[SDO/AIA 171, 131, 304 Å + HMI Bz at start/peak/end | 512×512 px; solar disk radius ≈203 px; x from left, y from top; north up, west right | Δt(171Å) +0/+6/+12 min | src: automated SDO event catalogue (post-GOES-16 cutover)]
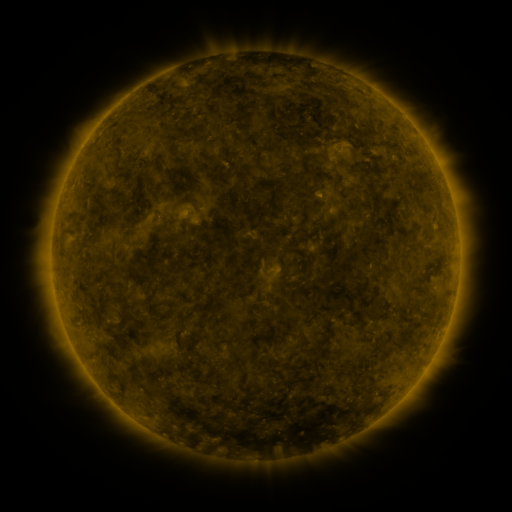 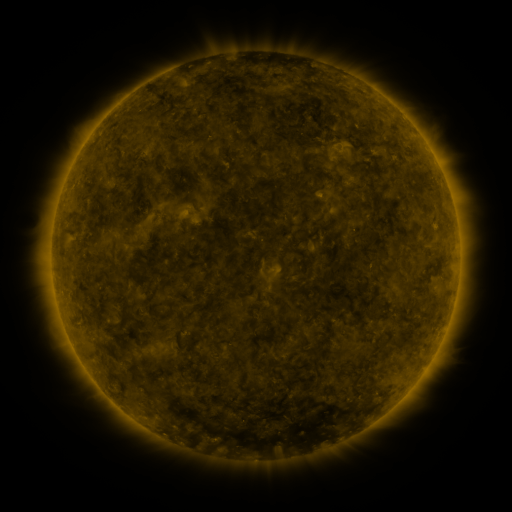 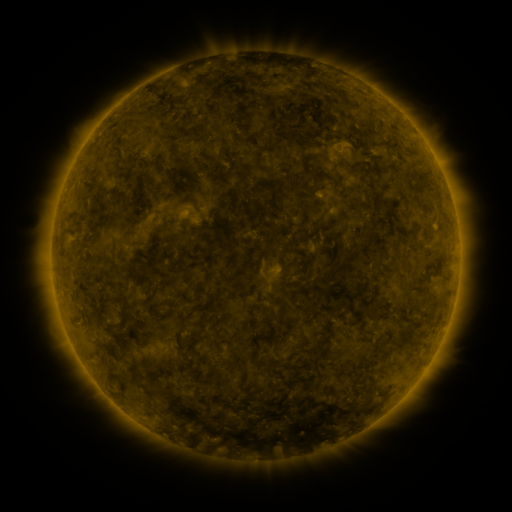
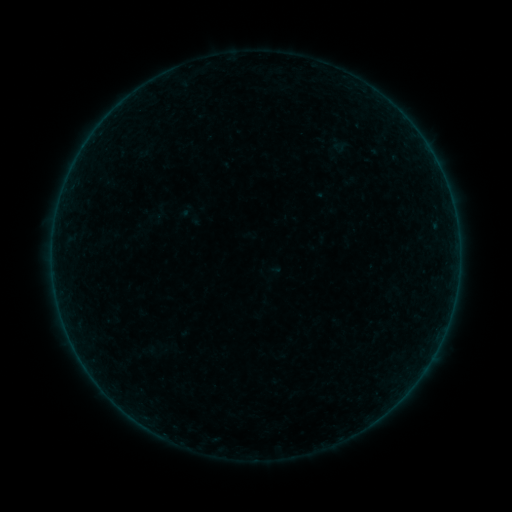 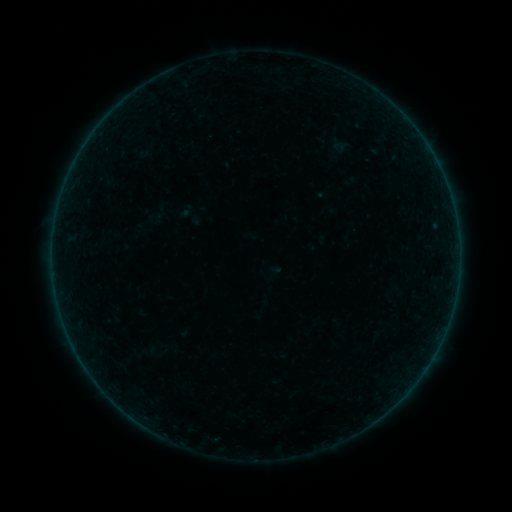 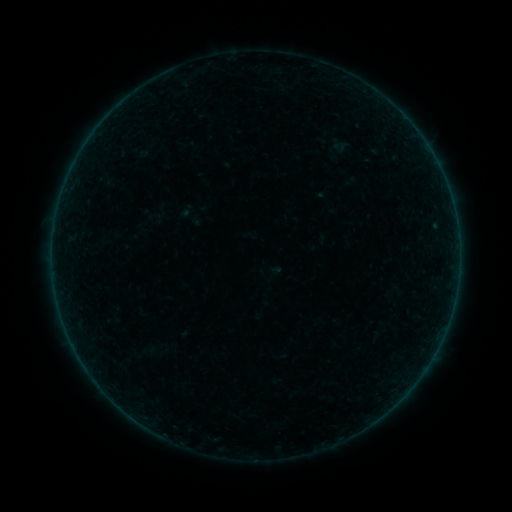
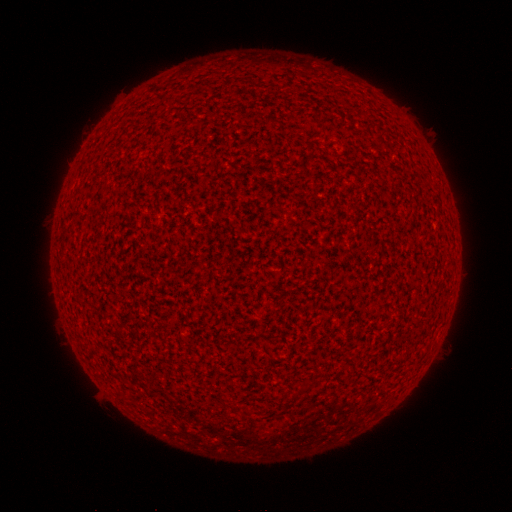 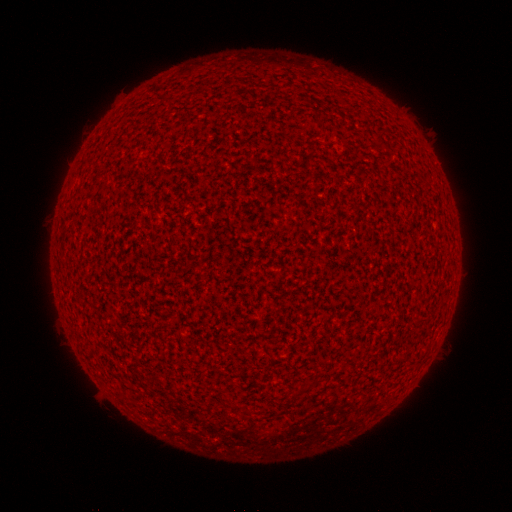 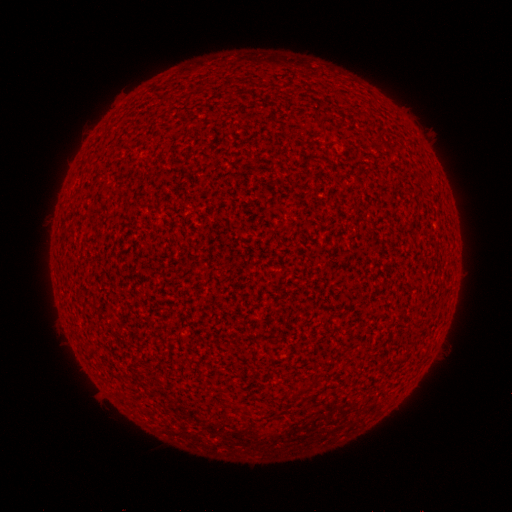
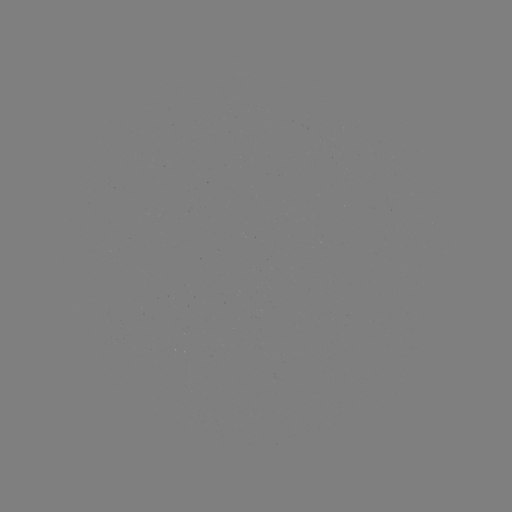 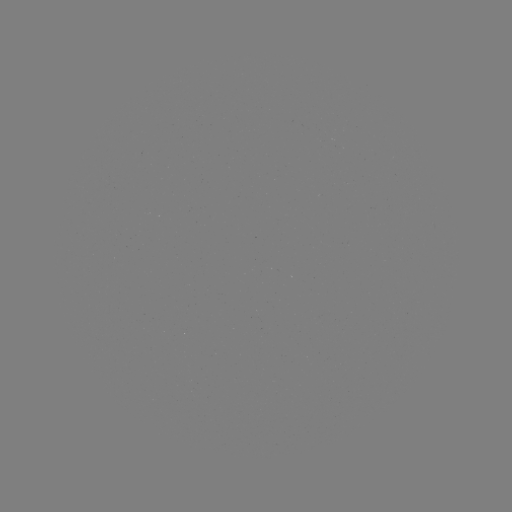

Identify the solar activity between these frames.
A2.2 flare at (423, 141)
